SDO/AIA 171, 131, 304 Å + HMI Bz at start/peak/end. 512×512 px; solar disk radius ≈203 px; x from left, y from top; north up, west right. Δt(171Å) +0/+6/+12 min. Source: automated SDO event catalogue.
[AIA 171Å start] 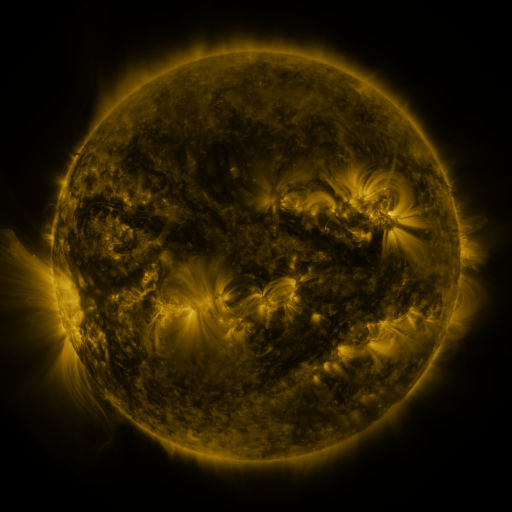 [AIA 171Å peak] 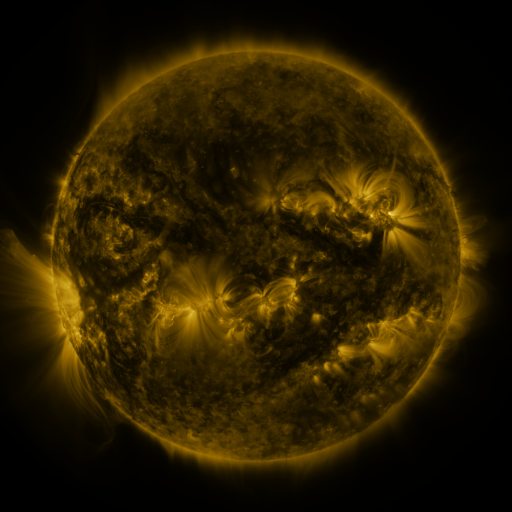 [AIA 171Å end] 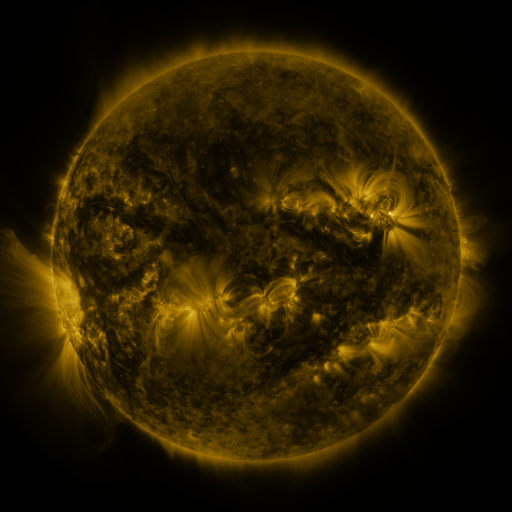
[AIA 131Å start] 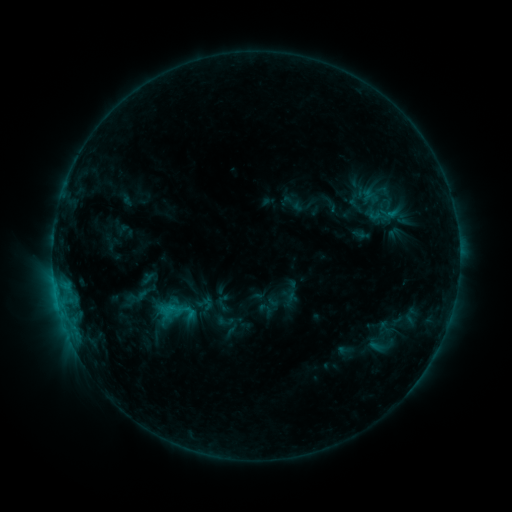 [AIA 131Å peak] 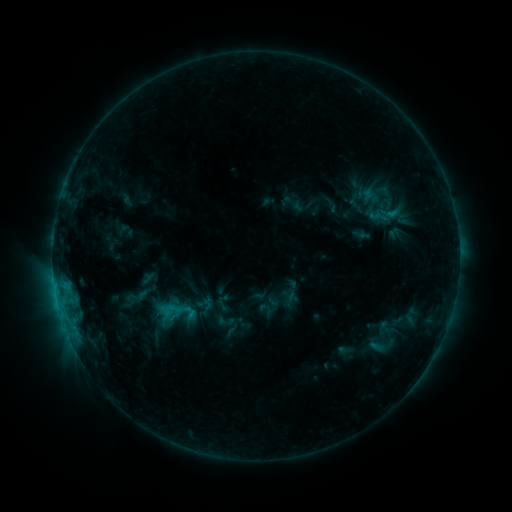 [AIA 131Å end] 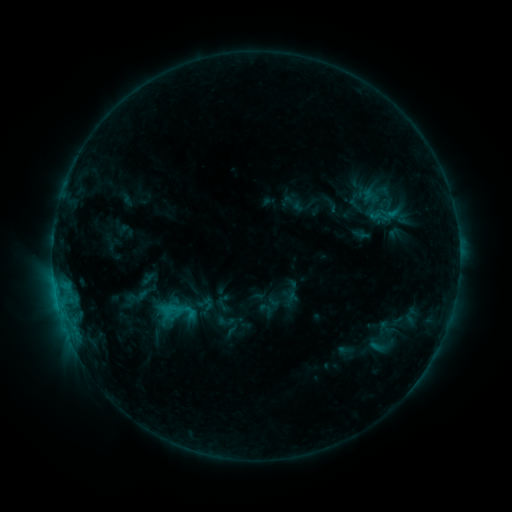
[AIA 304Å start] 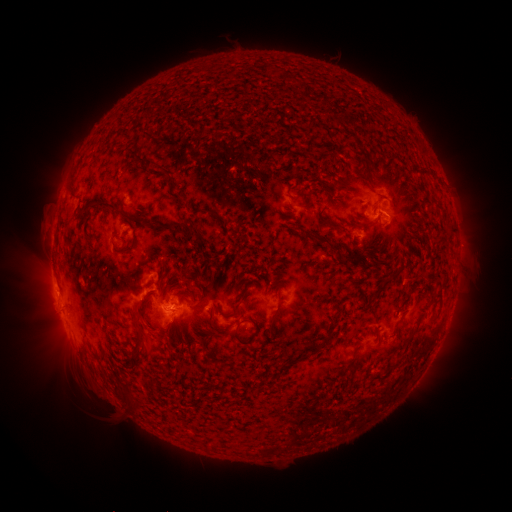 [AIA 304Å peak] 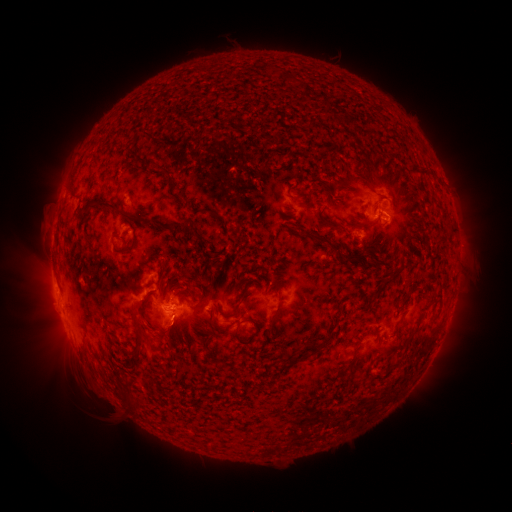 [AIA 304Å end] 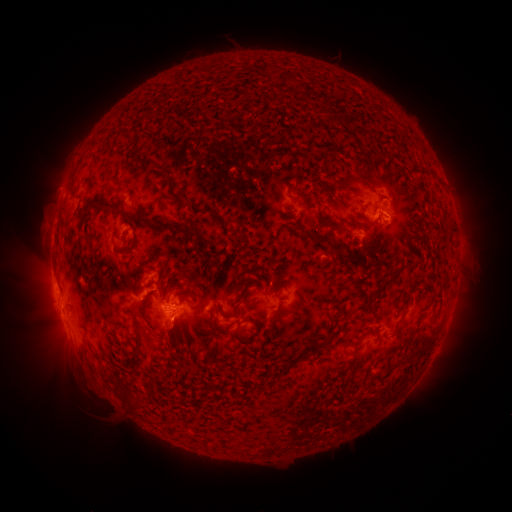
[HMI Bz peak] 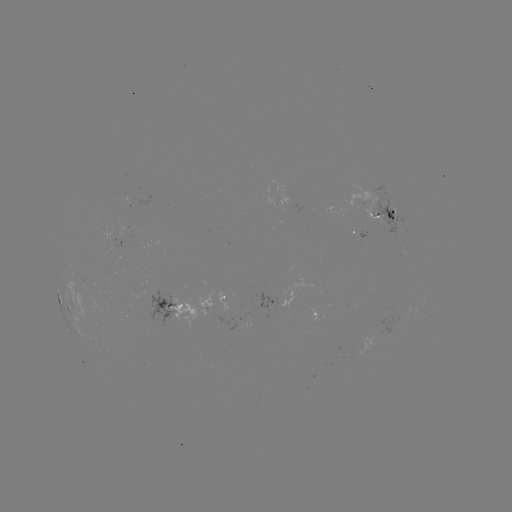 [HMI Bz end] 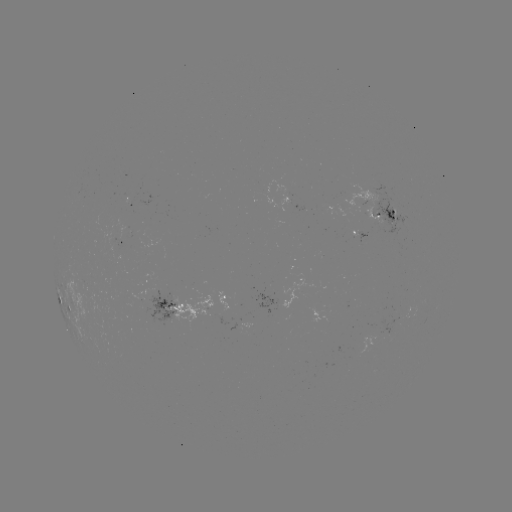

no flare in any classed list; no EUV-trigger detection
